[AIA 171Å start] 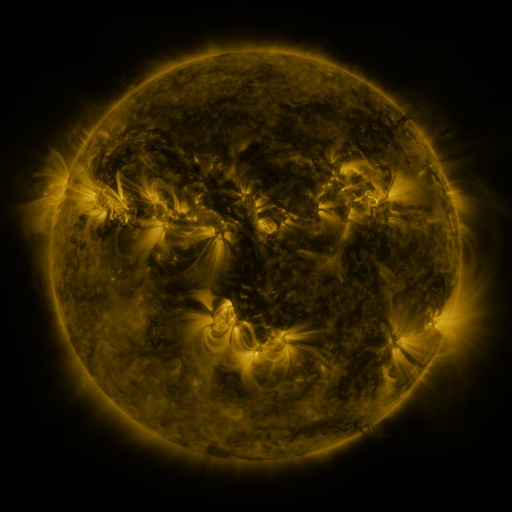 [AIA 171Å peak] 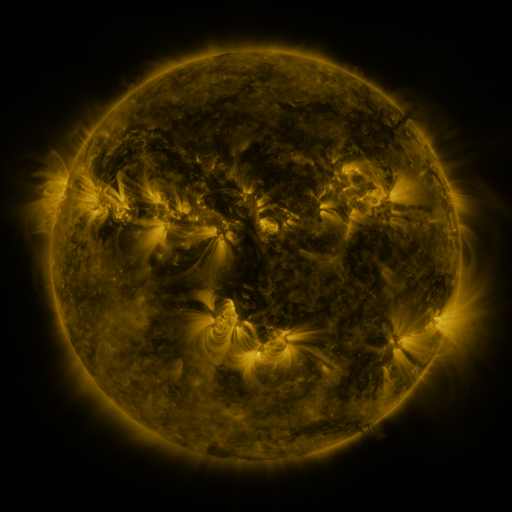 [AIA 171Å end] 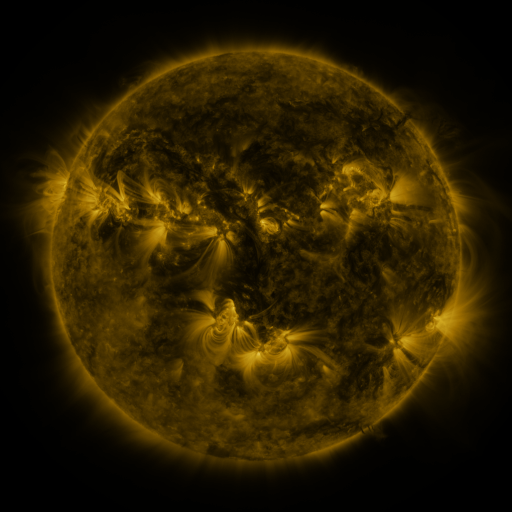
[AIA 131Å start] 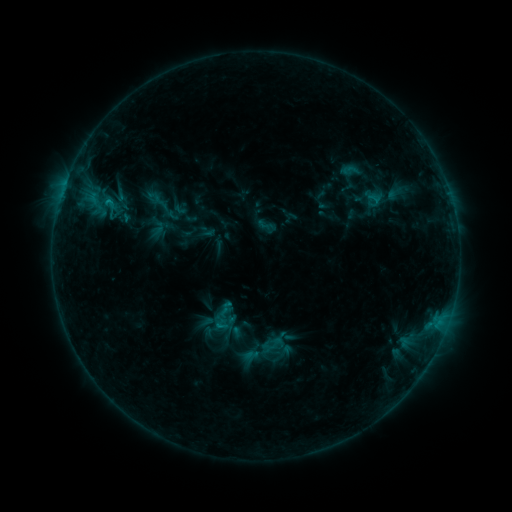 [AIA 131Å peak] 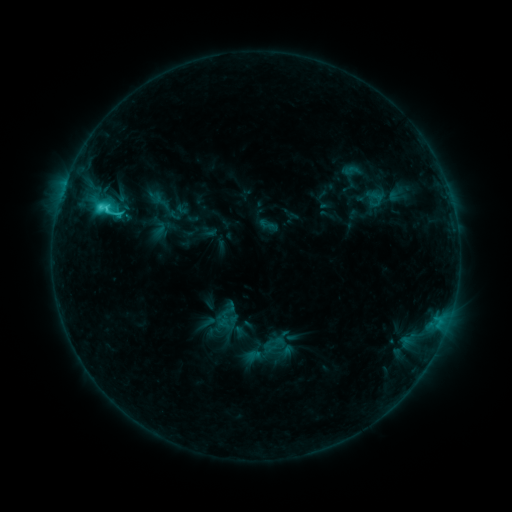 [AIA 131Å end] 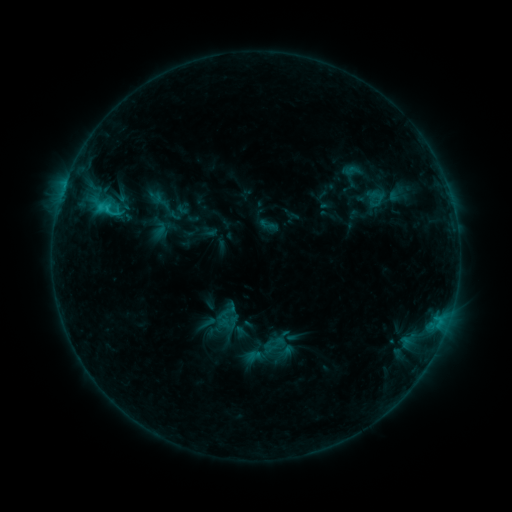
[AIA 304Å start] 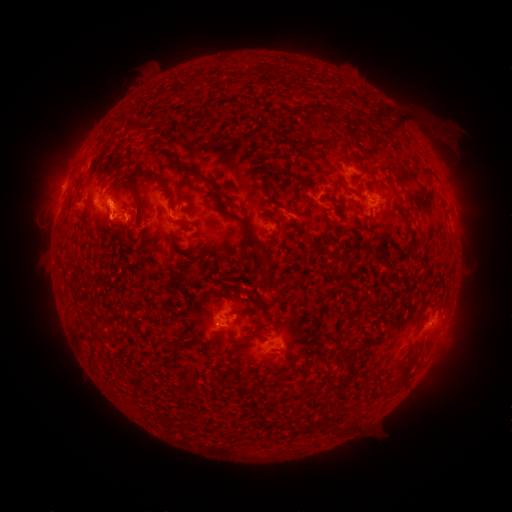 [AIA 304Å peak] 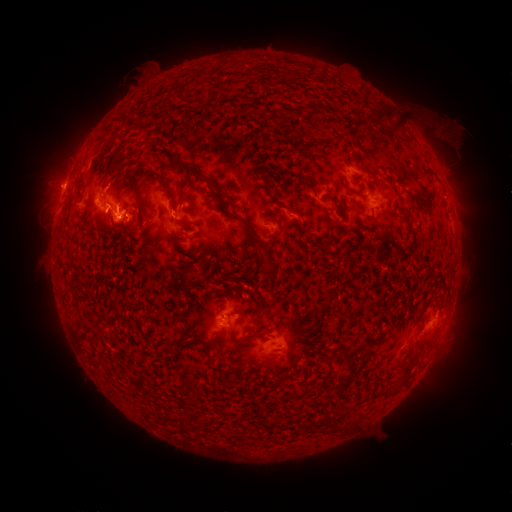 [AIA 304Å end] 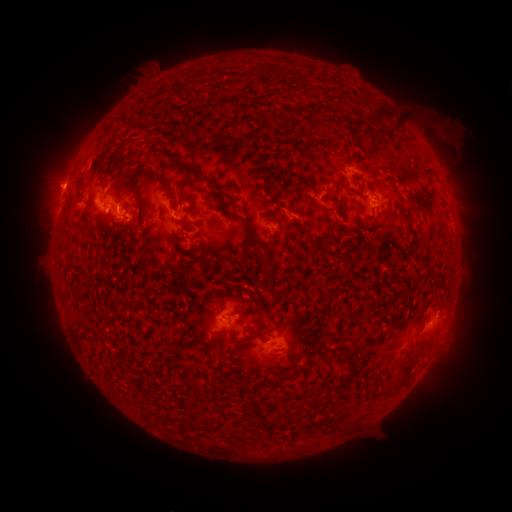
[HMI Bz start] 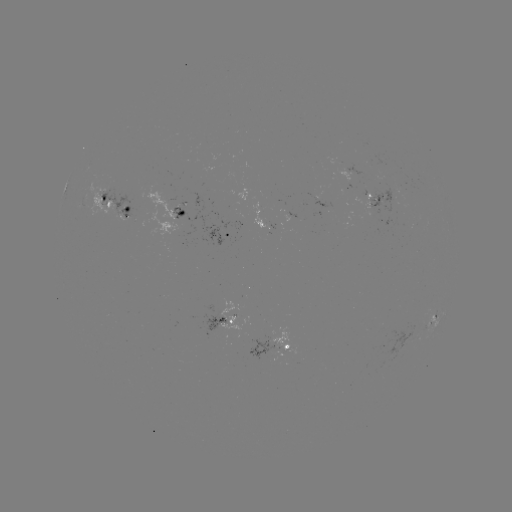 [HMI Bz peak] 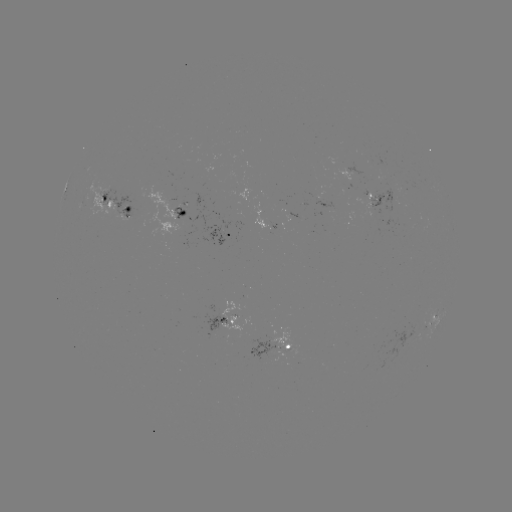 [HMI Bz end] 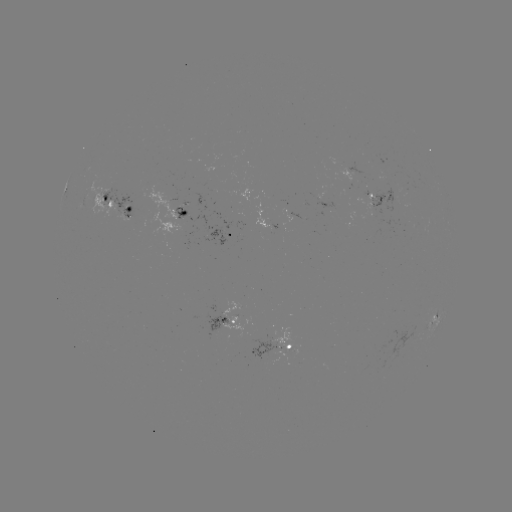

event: flare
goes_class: C3.4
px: (102, 211)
